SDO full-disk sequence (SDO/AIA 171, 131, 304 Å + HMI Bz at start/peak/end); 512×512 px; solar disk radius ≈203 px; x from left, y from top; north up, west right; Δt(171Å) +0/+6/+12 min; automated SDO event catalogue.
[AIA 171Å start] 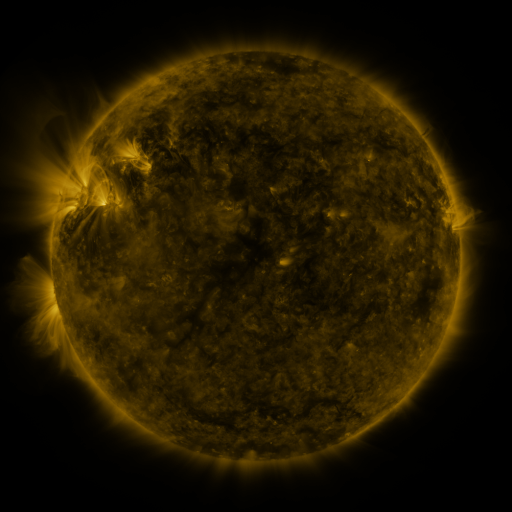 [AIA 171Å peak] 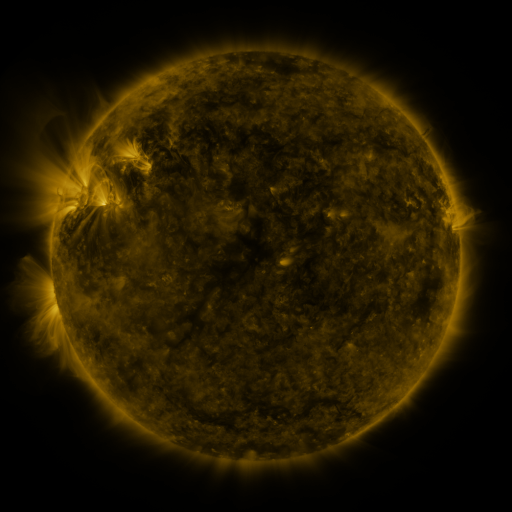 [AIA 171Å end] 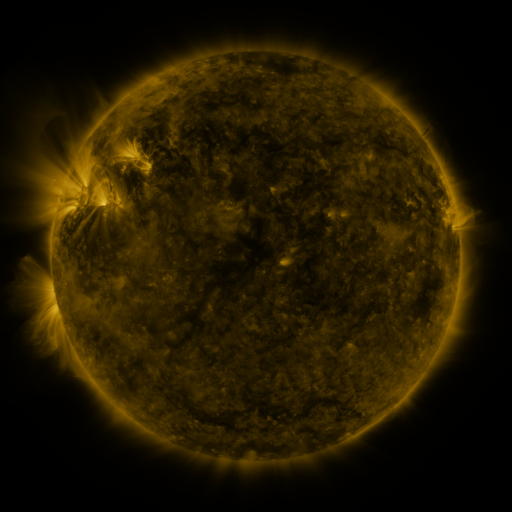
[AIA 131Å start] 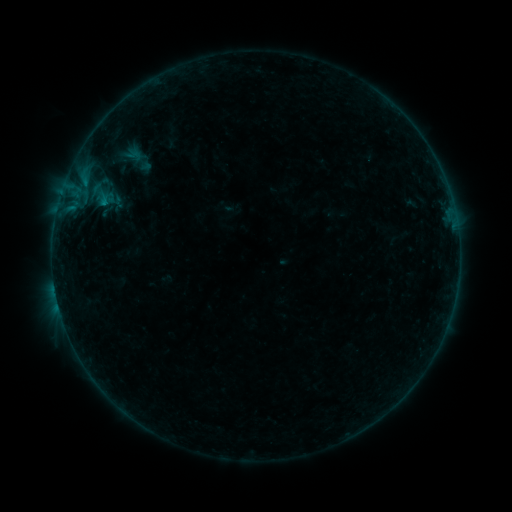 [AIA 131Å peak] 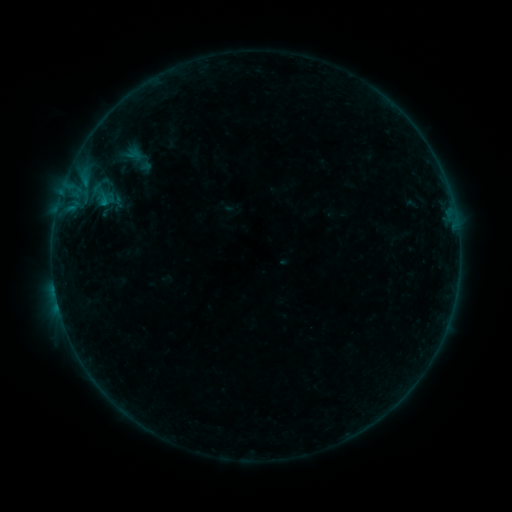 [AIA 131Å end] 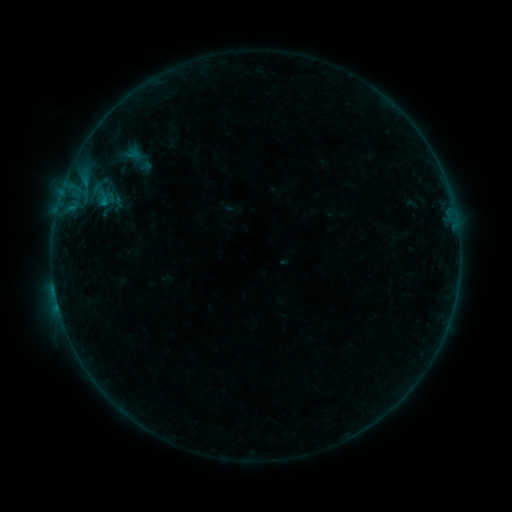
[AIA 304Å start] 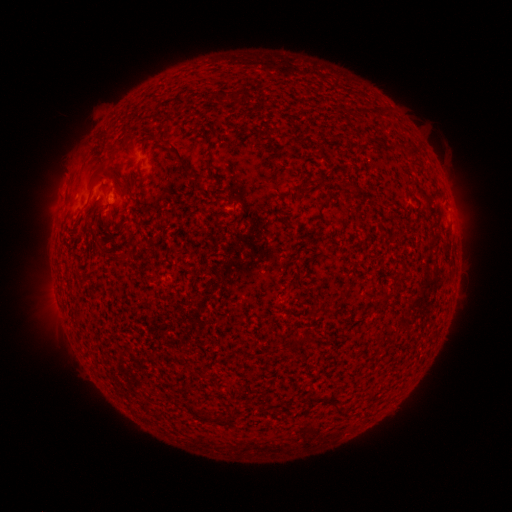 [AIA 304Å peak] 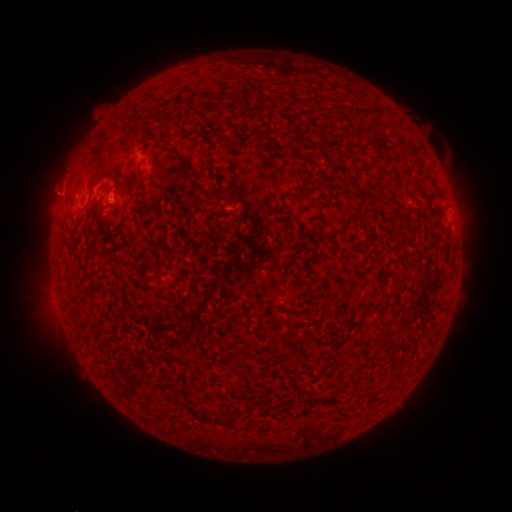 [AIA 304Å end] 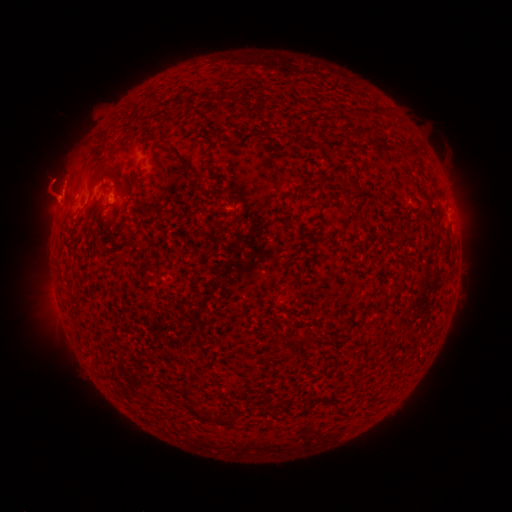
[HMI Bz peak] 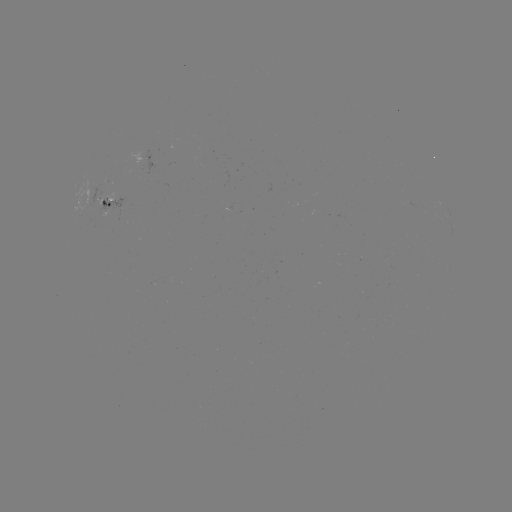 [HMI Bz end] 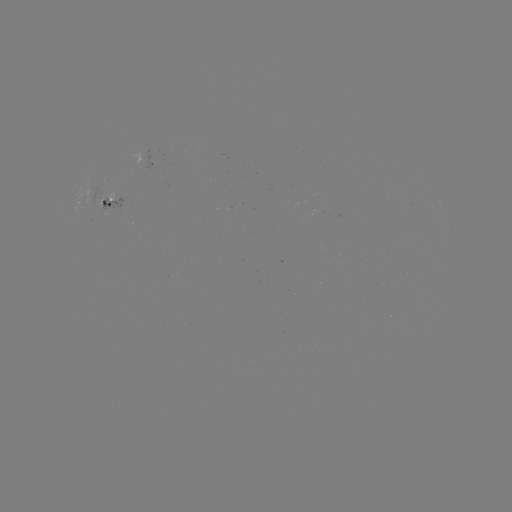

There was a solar eruption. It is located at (54, 191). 